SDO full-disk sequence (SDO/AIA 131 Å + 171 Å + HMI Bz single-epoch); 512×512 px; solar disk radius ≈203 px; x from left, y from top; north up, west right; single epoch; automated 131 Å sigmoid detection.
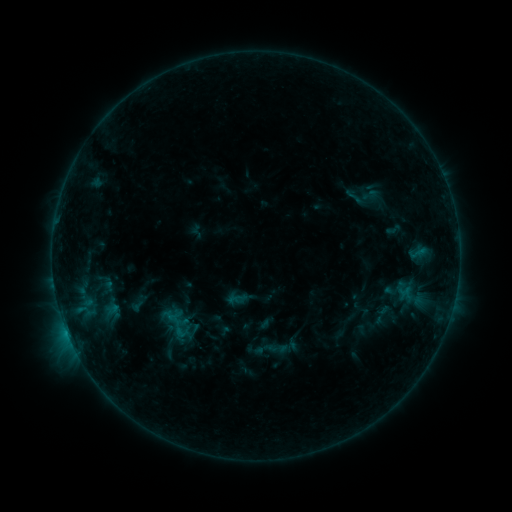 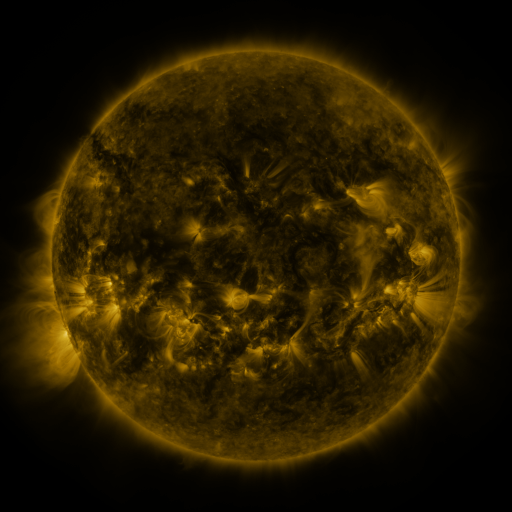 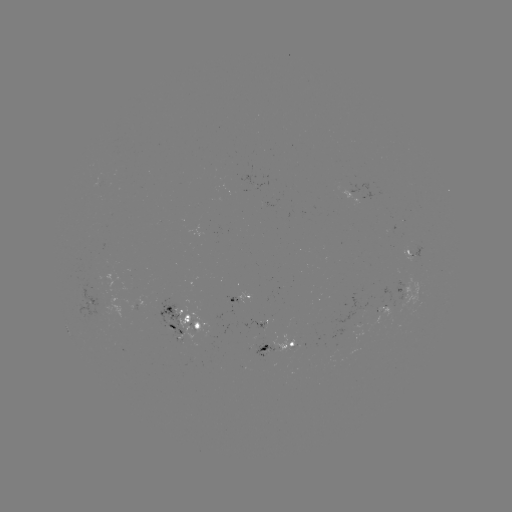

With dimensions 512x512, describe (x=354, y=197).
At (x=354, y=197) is sigmoid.